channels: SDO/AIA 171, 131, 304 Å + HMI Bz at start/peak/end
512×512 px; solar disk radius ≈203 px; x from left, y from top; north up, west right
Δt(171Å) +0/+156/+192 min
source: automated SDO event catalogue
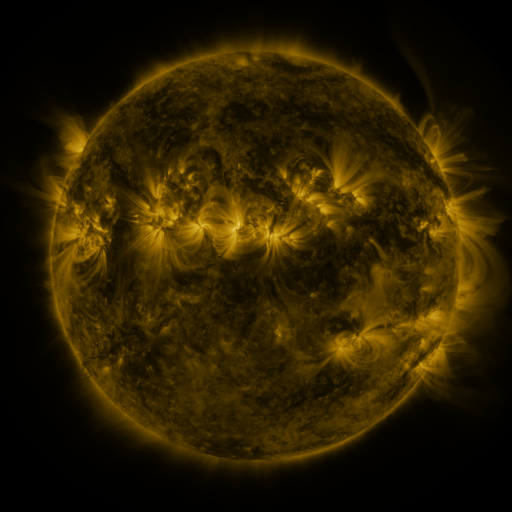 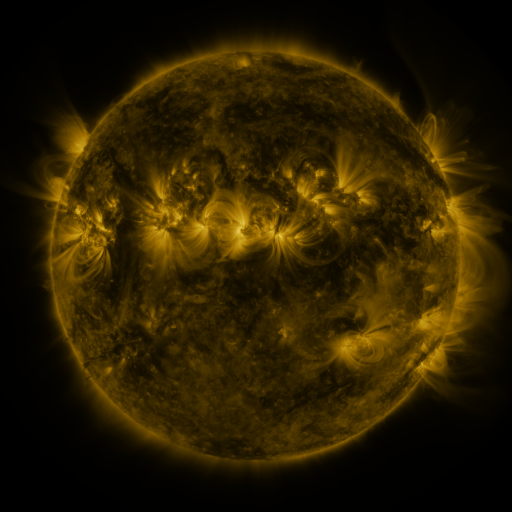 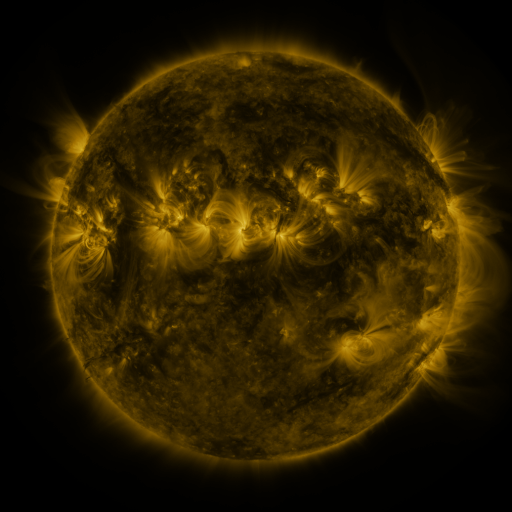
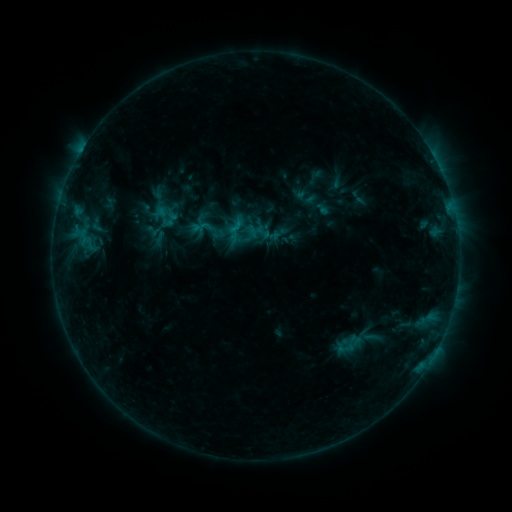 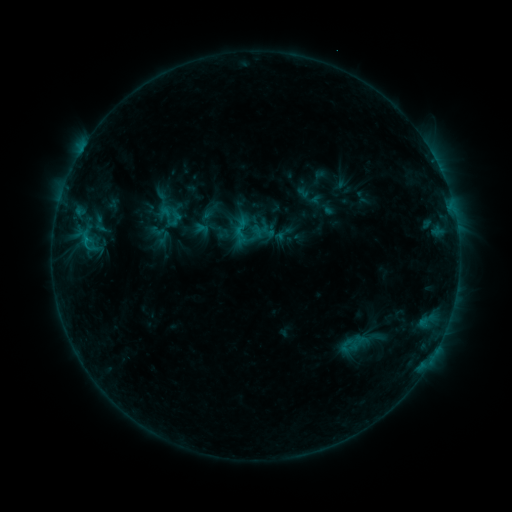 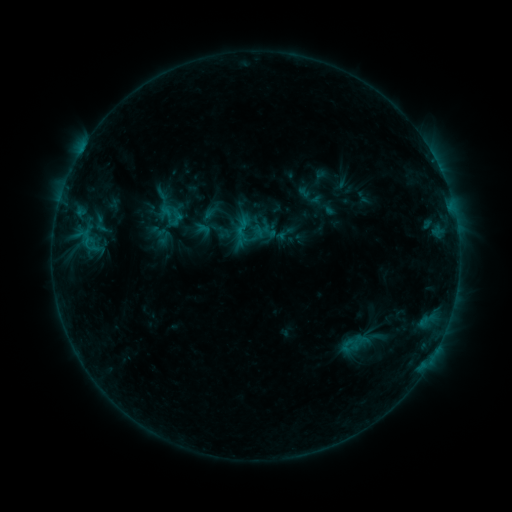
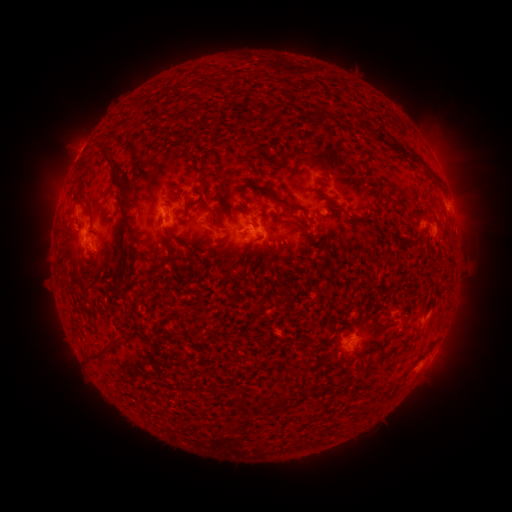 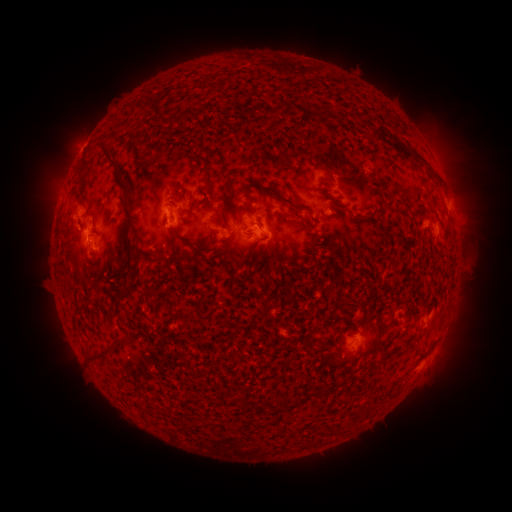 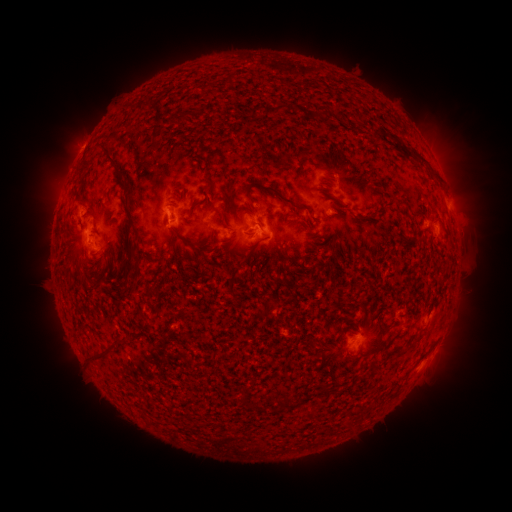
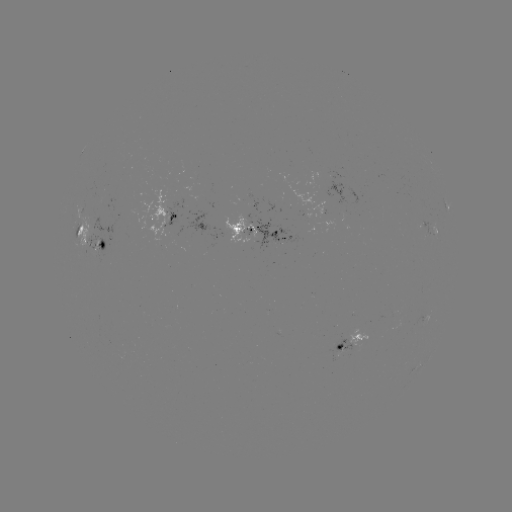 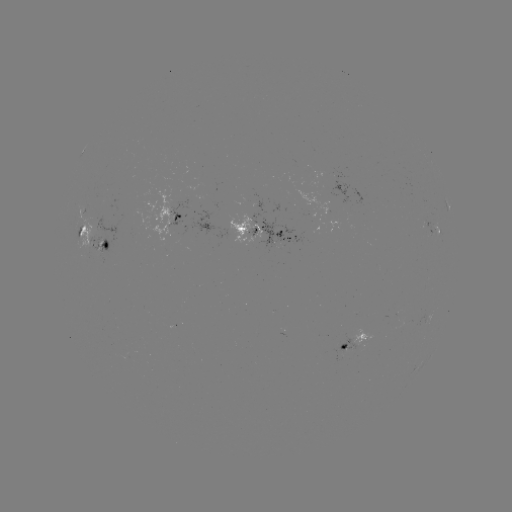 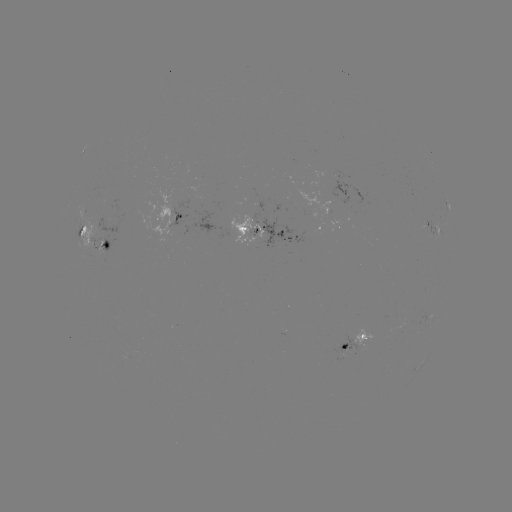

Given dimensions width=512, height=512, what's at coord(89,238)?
emerging-flux region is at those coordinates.